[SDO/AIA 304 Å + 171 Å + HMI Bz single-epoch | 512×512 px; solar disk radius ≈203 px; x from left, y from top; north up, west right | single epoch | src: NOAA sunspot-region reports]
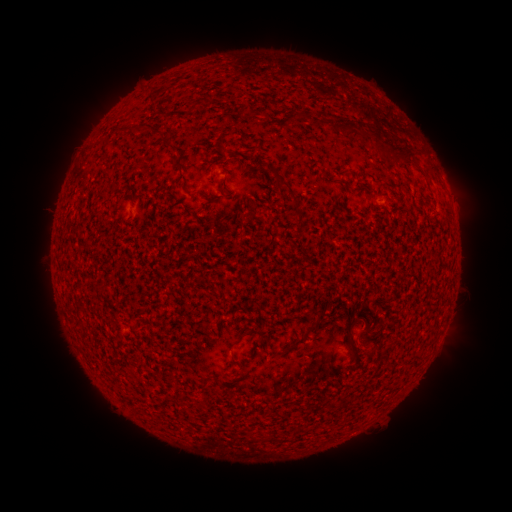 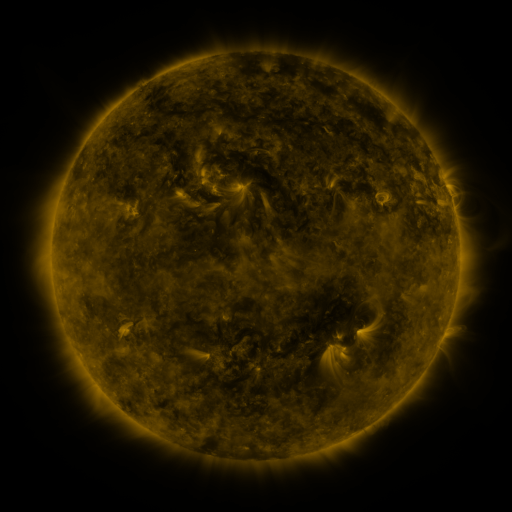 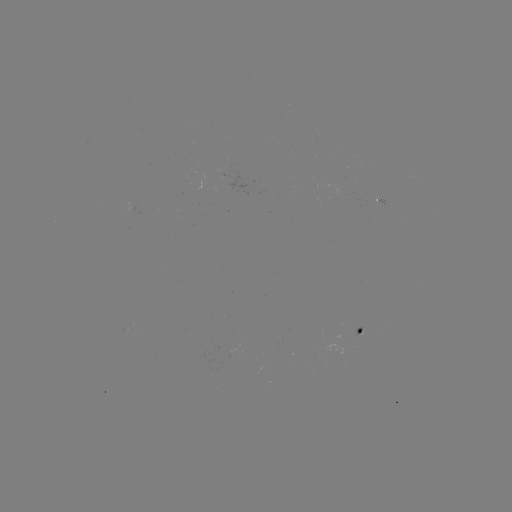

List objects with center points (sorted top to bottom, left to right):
spotted active region: (358, 331)
